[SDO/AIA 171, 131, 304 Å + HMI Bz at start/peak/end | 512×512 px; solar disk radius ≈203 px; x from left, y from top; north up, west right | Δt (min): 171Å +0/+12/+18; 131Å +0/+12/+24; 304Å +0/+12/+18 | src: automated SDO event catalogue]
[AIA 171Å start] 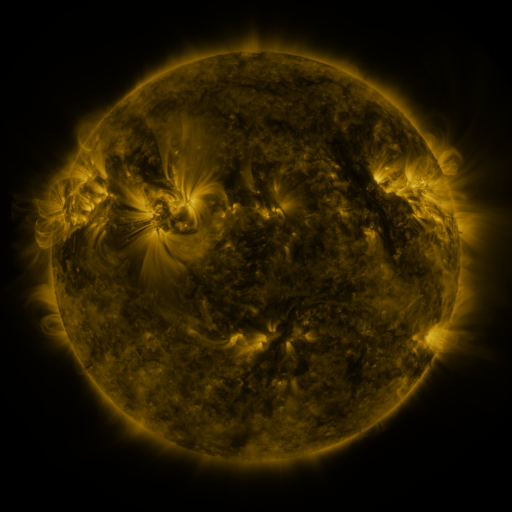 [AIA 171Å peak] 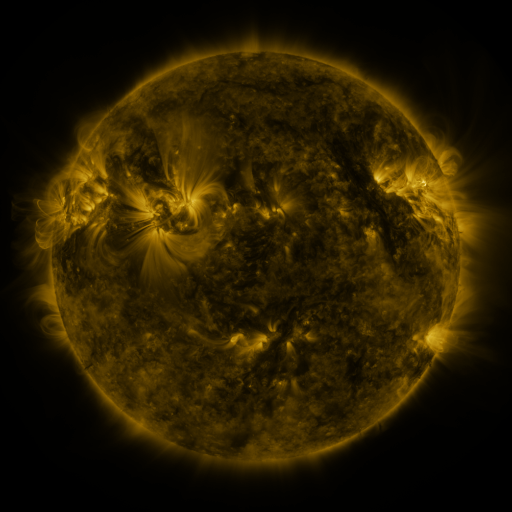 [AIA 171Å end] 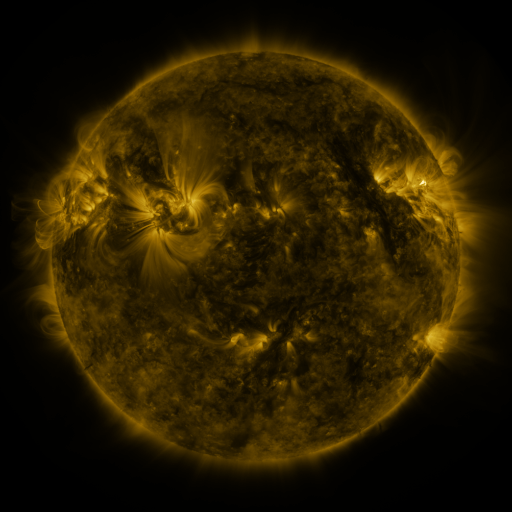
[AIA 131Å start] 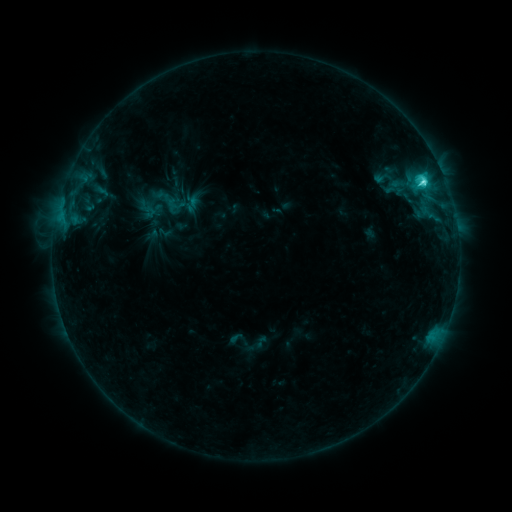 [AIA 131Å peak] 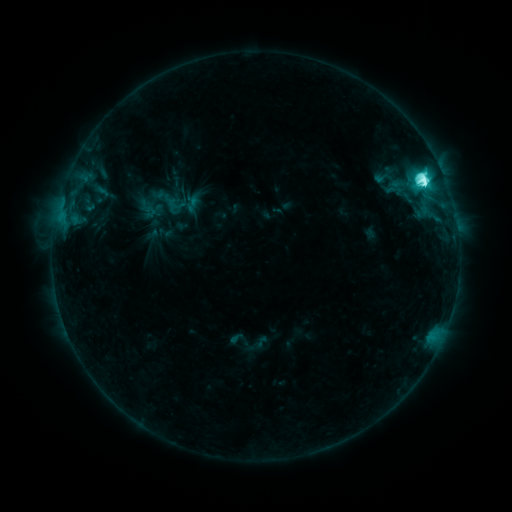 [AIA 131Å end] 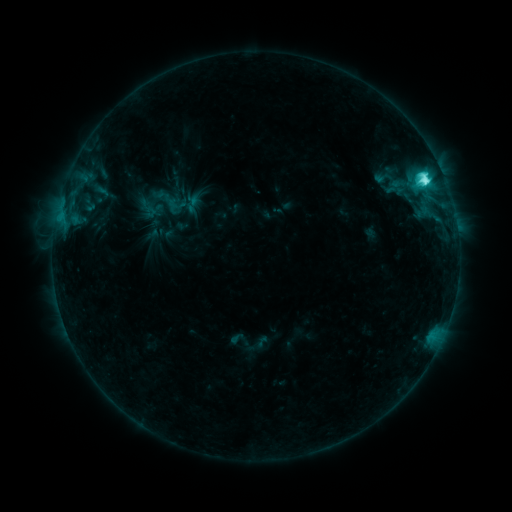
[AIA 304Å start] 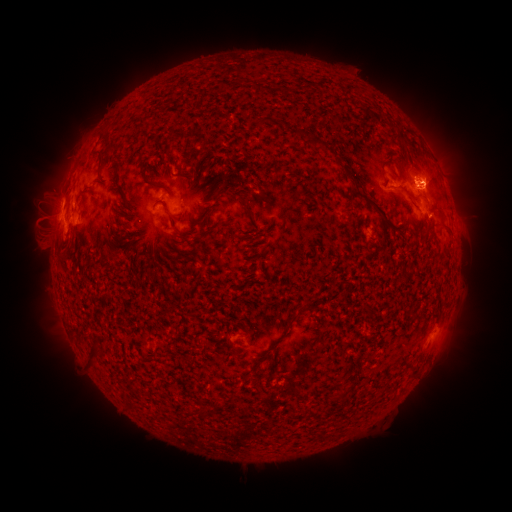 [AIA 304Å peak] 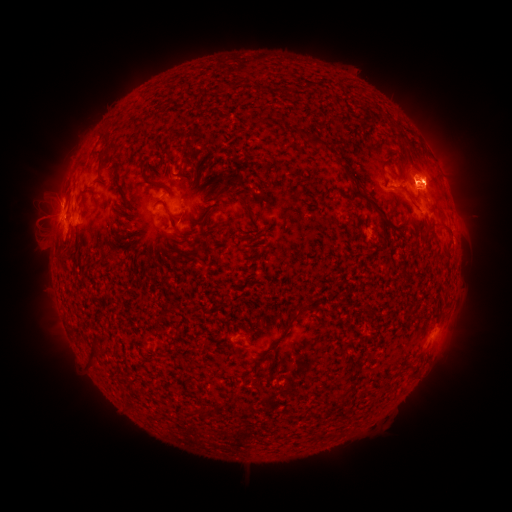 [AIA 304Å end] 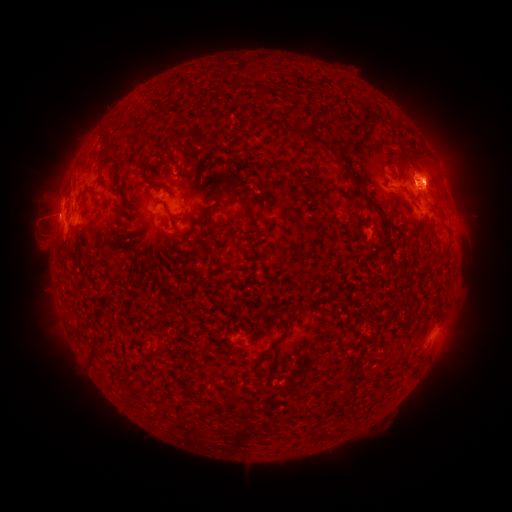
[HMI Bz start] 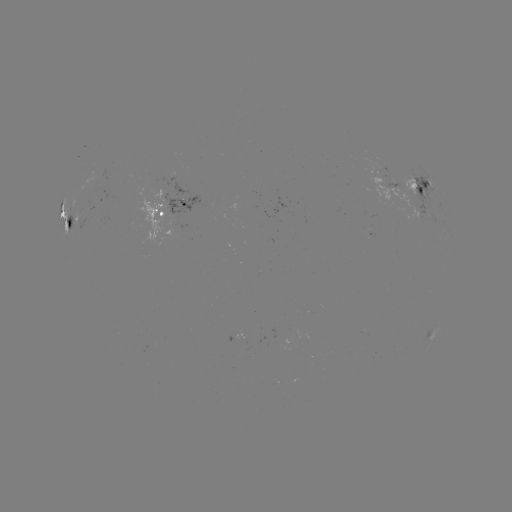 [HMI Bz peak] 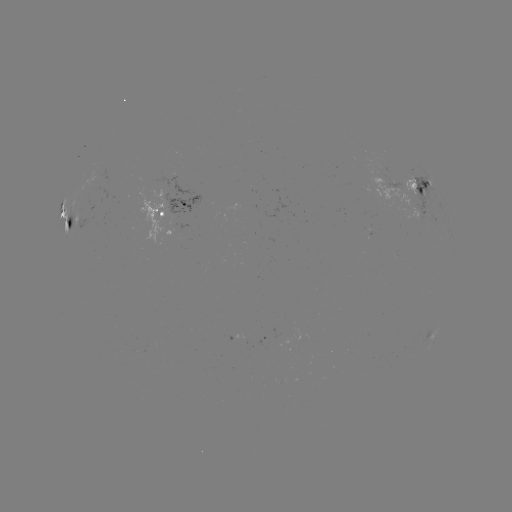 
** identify M1.6 flare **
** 423,183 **